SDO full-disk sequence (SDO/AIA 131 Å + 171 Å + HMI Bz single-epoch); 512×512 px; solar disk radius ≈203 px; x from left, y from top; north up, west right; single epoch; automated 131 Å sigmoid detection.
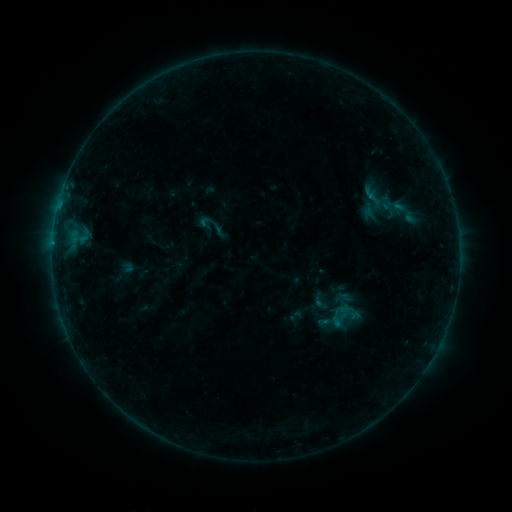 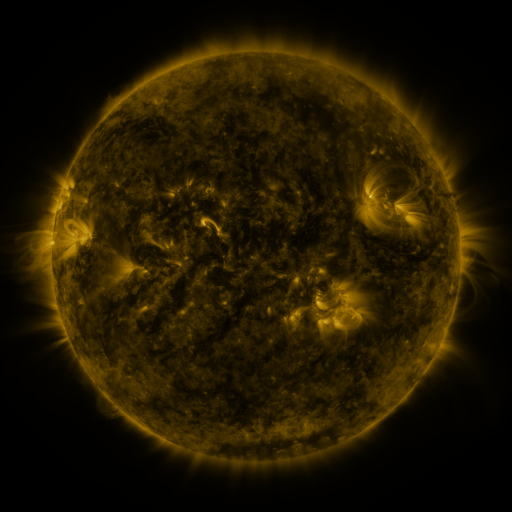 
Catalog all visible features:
sigmoid: (321, 302)
